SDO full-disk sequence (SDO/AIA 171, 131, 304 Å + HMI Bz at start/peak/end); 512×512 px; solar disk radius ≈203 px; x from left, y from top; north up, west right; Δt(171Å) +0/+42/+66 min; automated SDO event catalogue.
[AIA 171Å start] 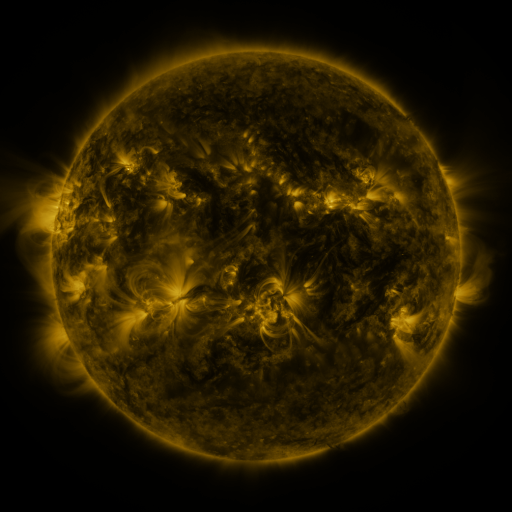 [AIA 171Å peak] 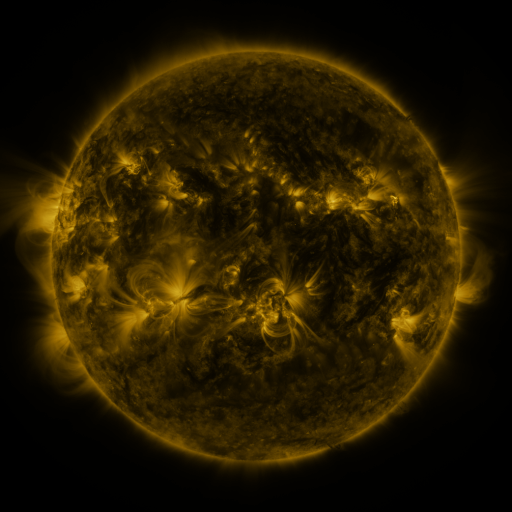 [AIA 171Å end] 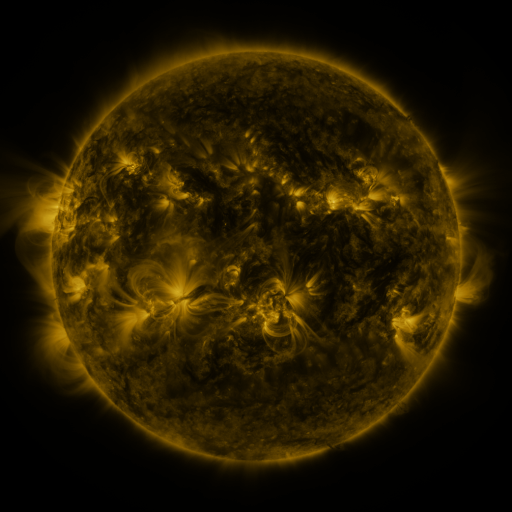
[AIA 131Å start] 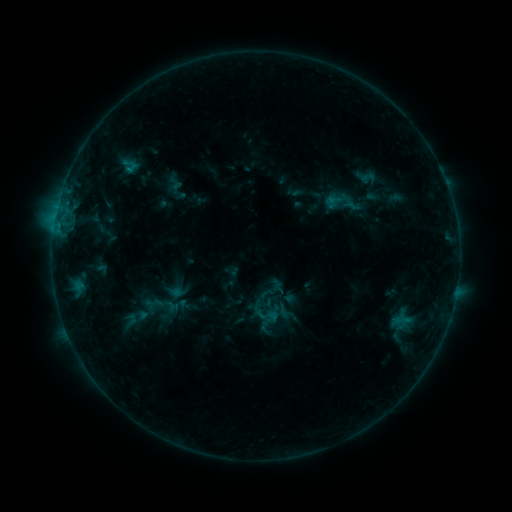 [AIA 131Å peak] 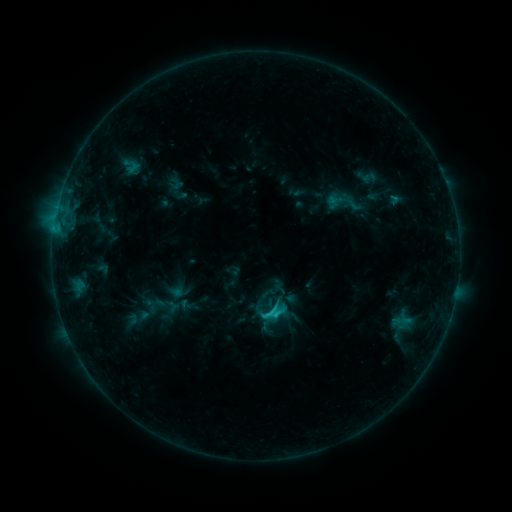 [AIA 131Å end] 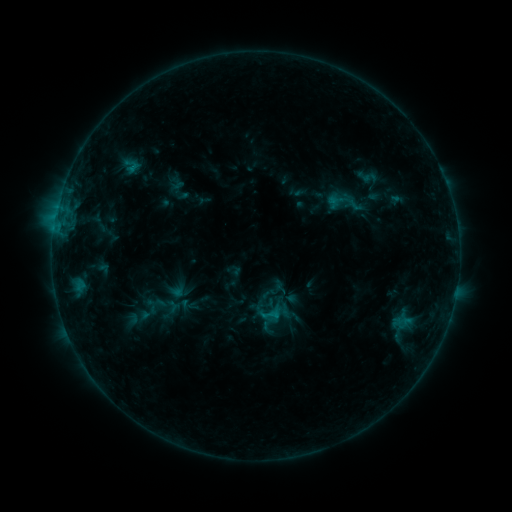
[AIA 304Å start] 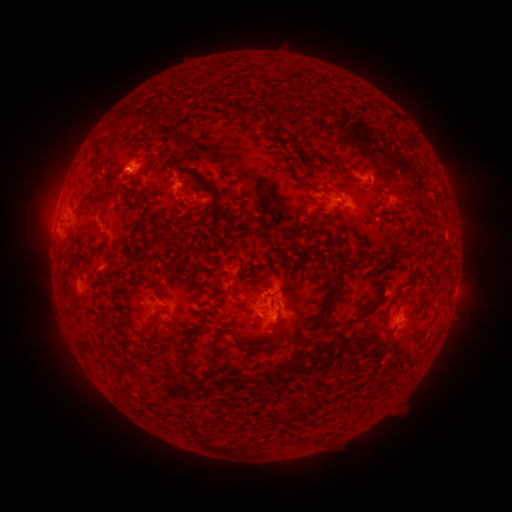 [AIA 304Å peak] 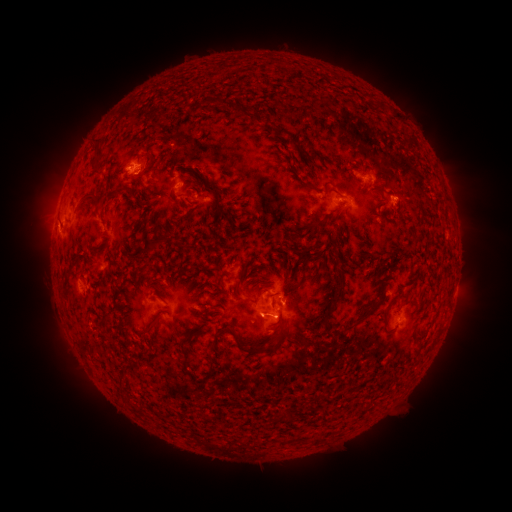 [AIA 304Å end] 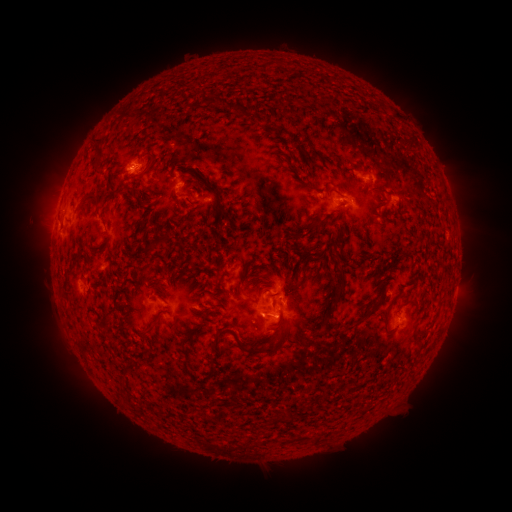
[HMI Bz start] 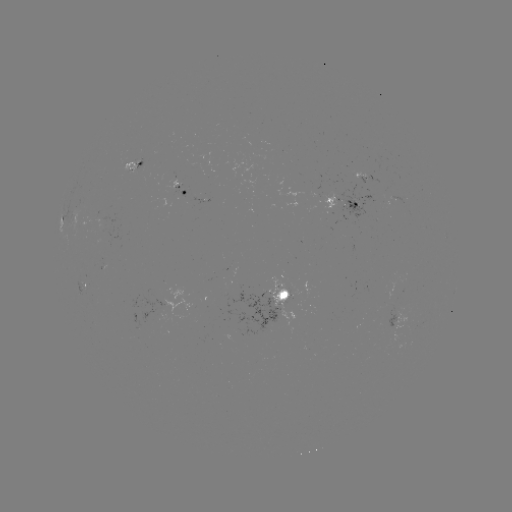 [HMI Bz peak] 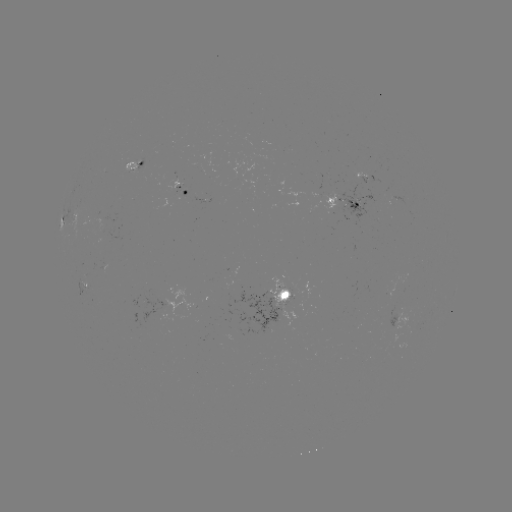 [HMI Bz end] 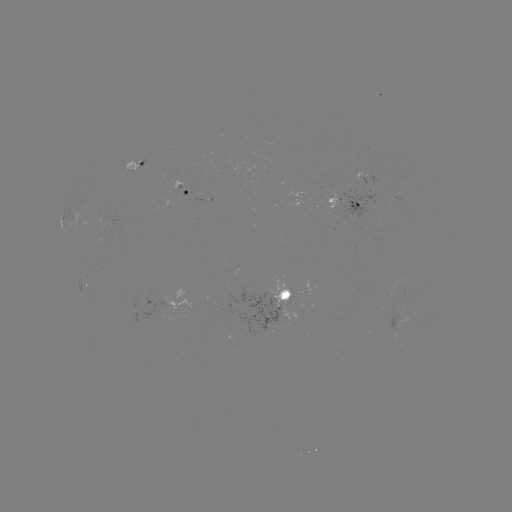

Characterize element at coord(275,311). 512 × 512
C1.7 flare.